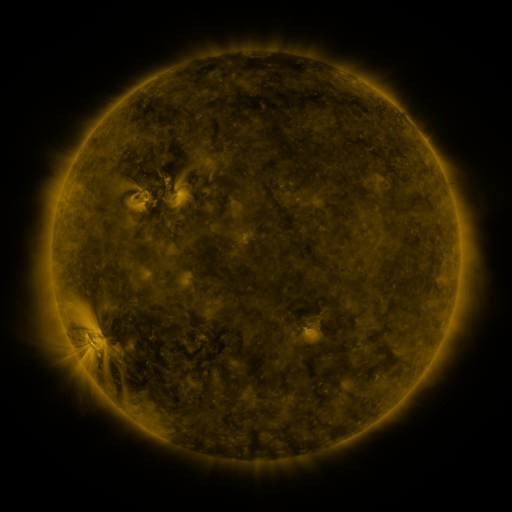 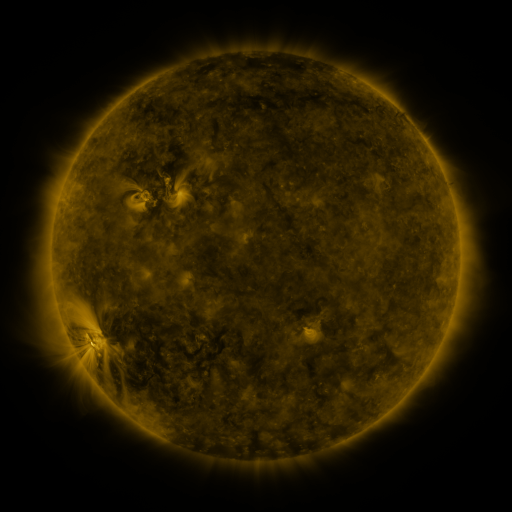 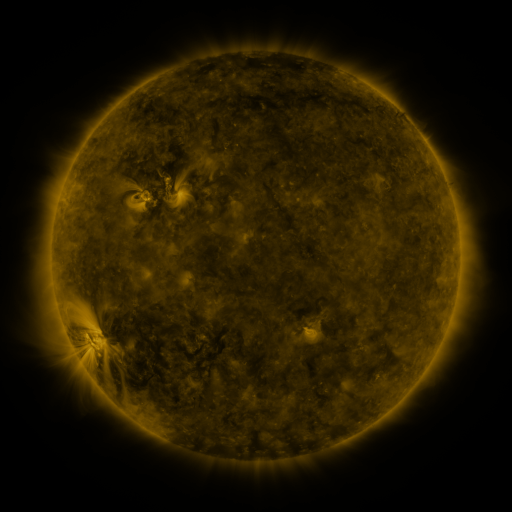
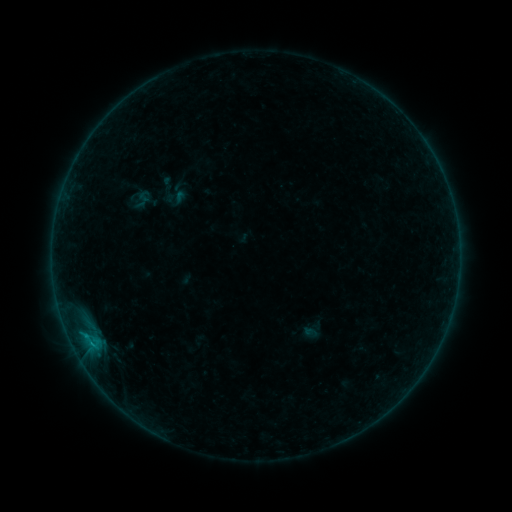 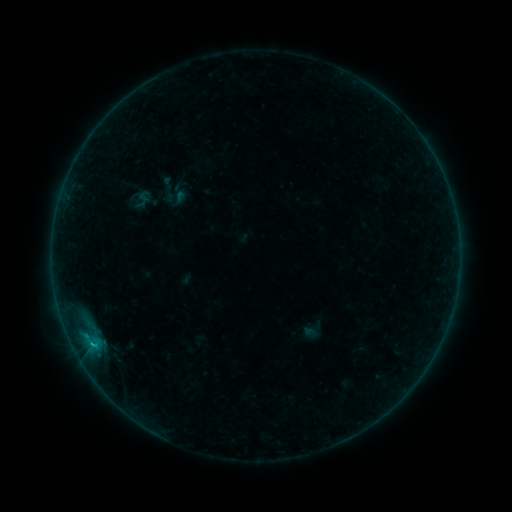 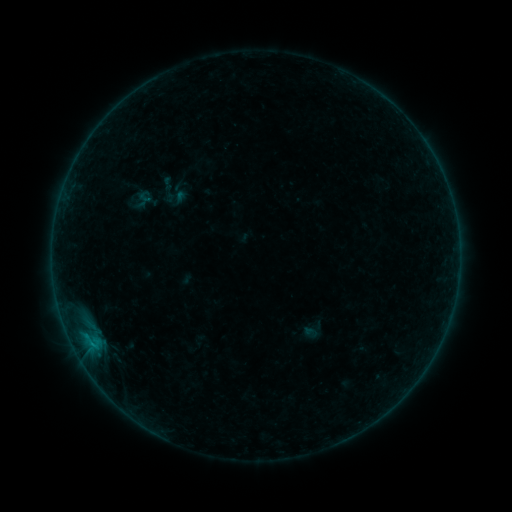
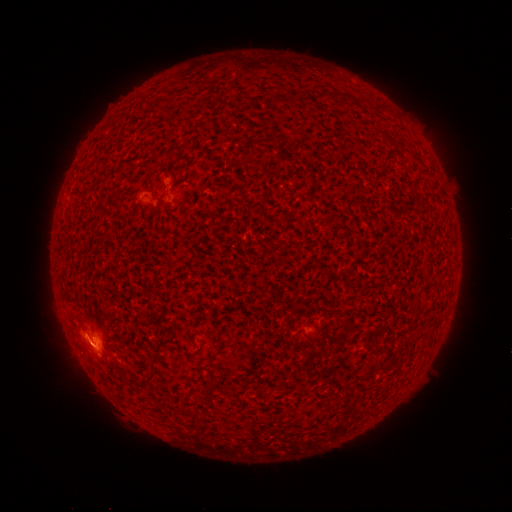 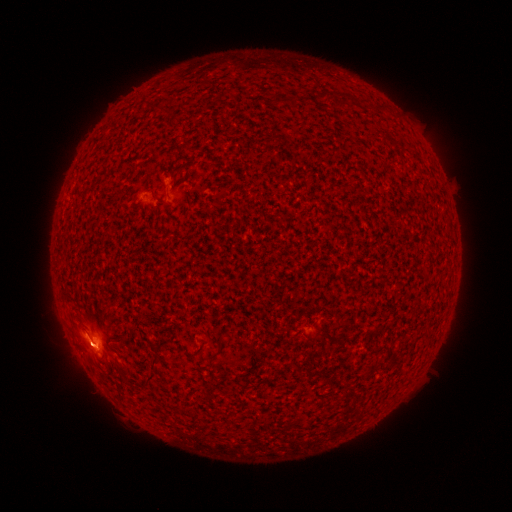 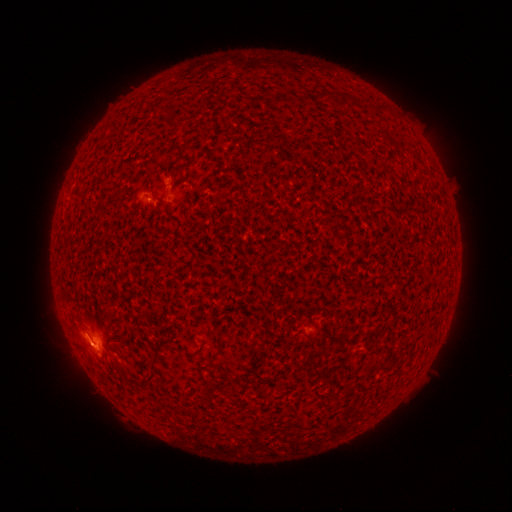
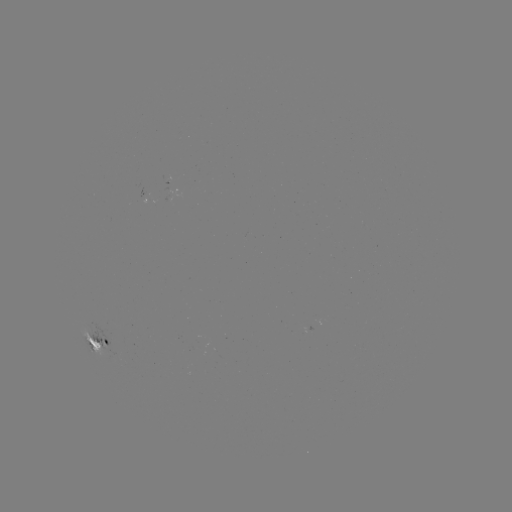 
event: flare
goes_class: B8.1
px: (93, 341)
